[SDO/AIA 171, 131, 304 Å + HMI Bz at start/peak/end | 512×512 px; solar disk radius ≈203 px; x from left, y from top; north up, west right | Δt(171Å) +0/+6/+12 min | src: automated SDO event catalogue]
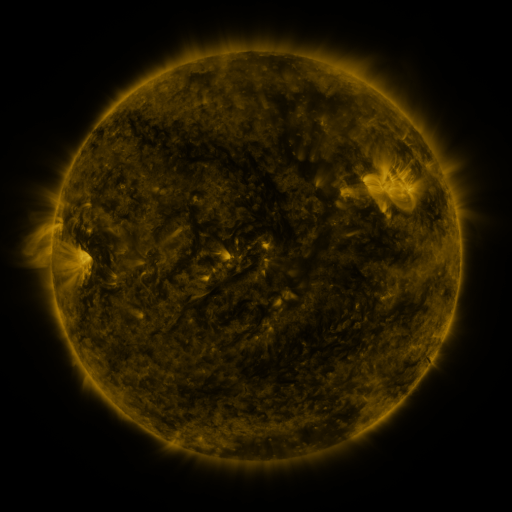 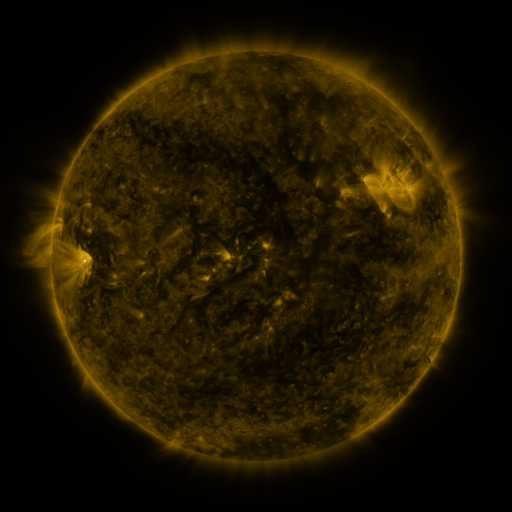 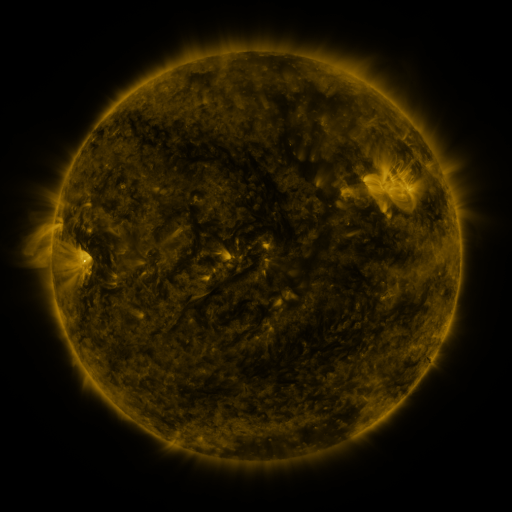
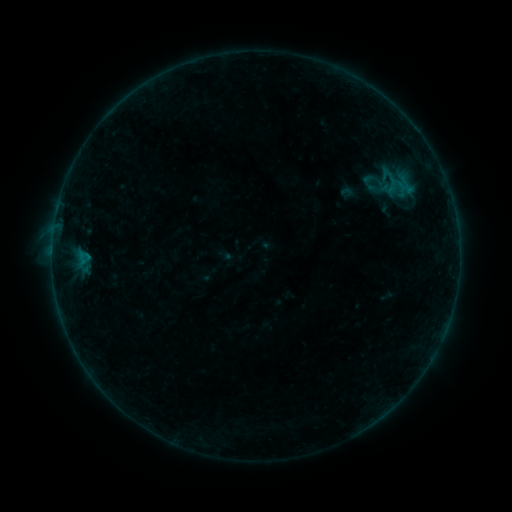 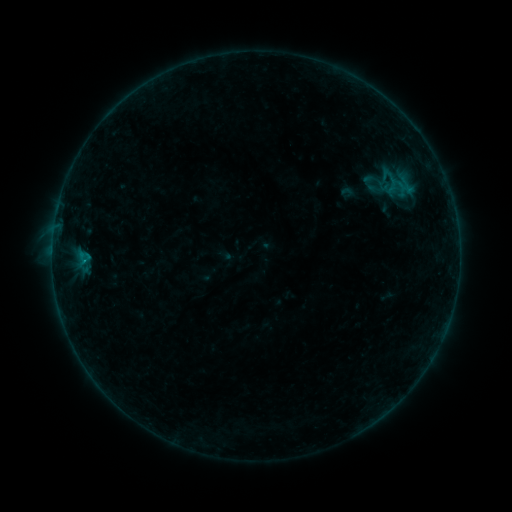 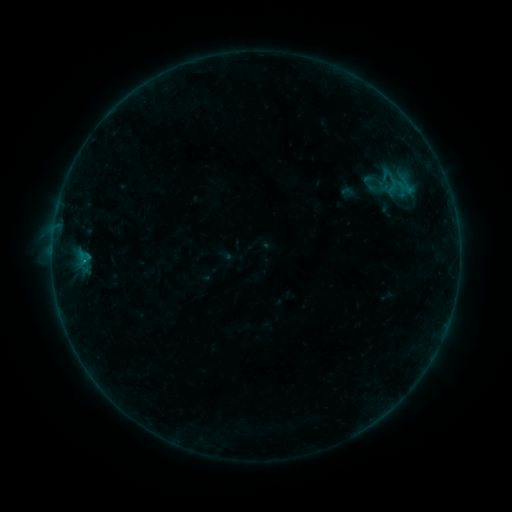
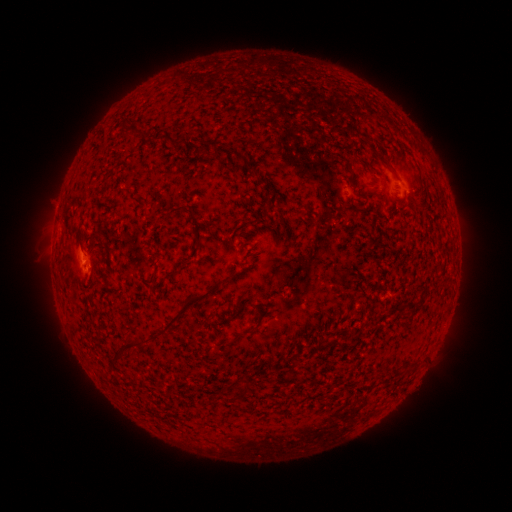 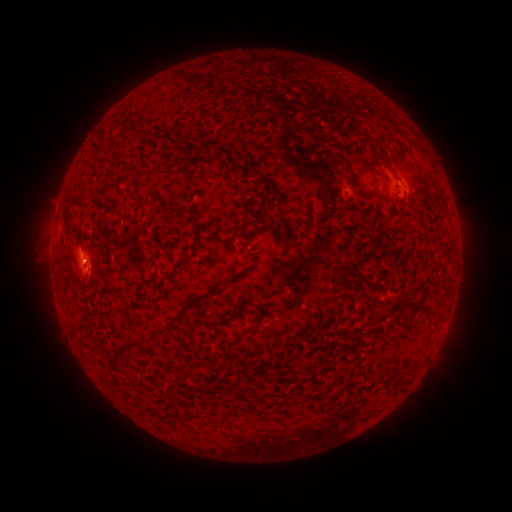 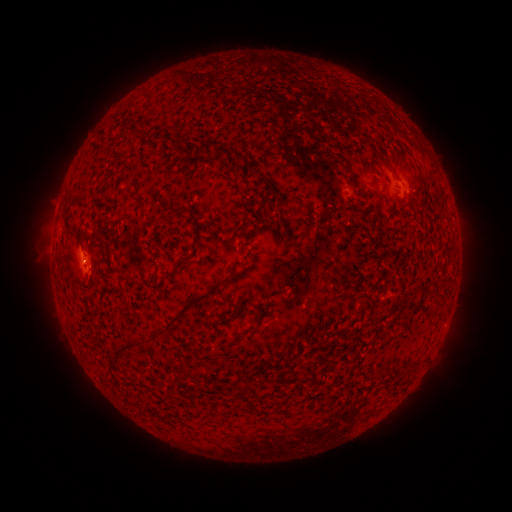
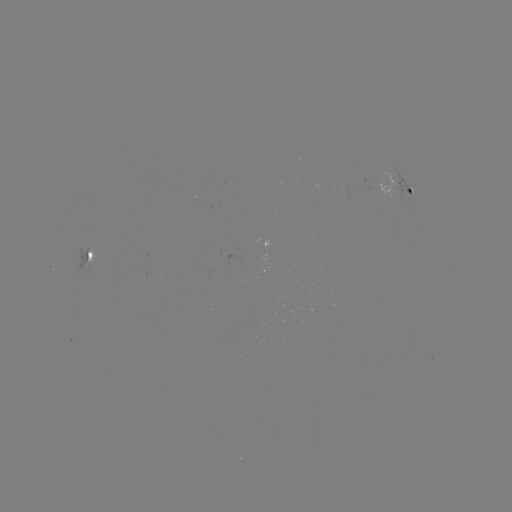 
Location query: B1.6 flare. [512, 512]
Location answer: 85,260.